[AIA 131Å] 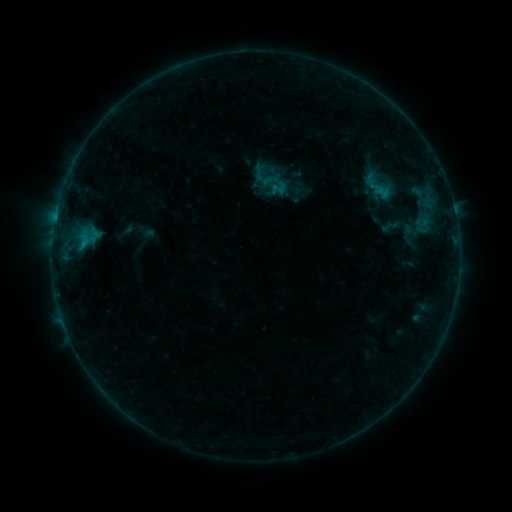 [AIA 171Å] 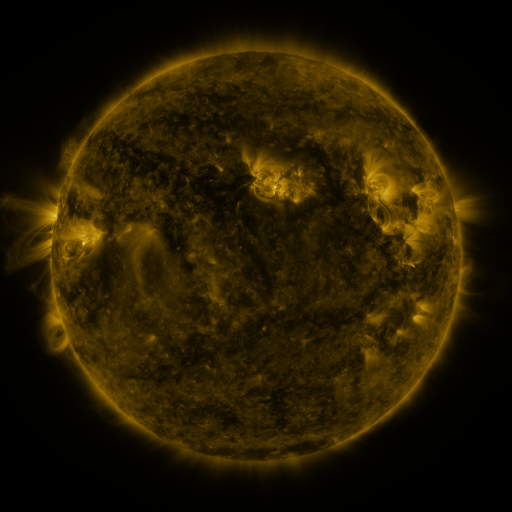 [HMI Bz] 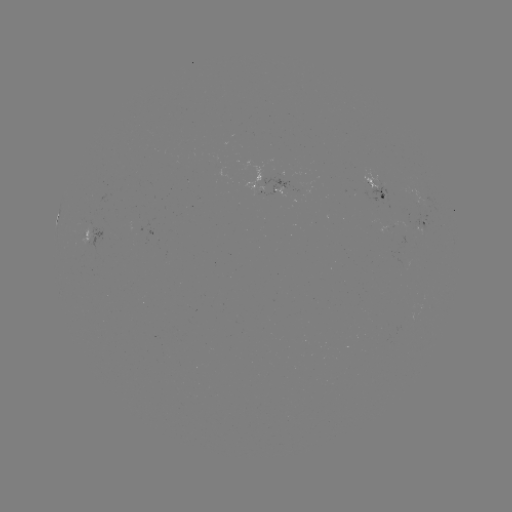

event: sigmoid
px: (279, 188)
